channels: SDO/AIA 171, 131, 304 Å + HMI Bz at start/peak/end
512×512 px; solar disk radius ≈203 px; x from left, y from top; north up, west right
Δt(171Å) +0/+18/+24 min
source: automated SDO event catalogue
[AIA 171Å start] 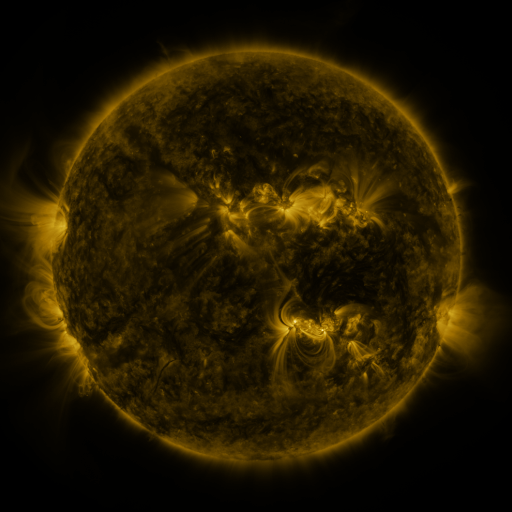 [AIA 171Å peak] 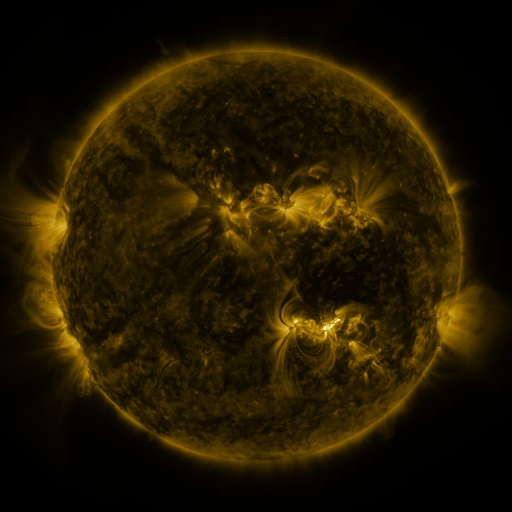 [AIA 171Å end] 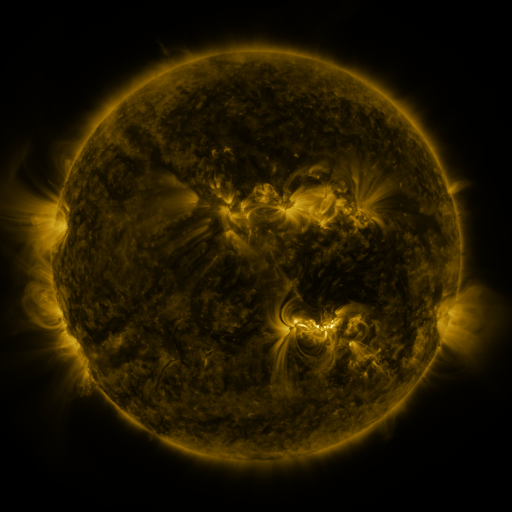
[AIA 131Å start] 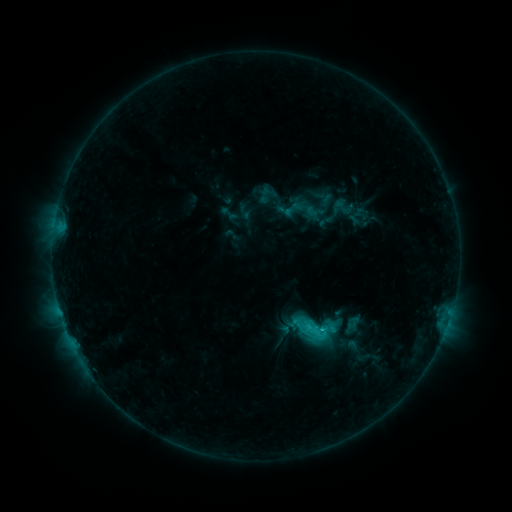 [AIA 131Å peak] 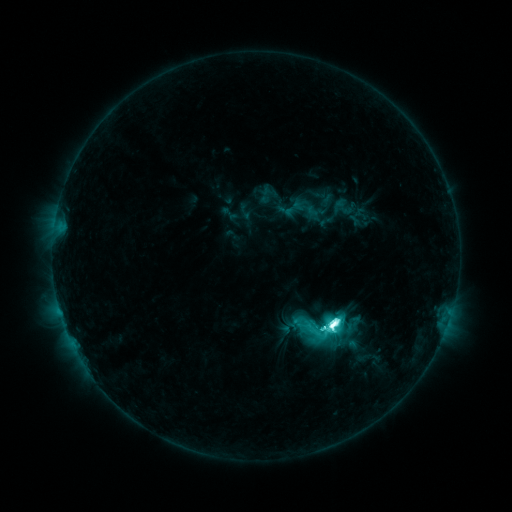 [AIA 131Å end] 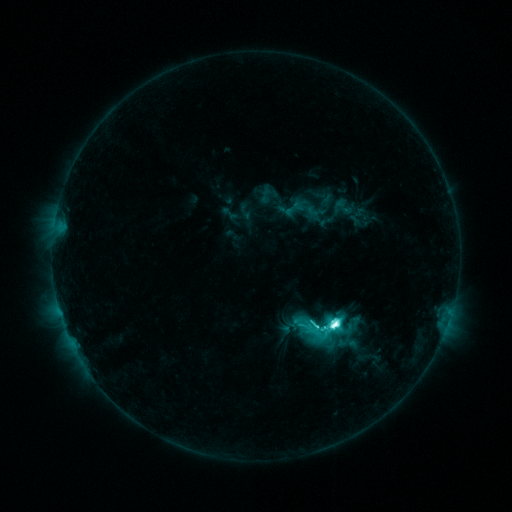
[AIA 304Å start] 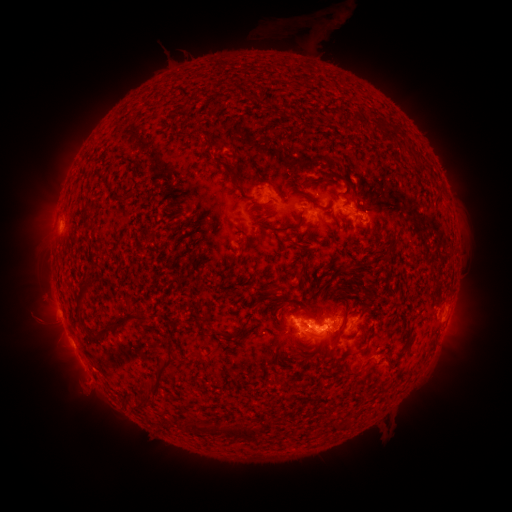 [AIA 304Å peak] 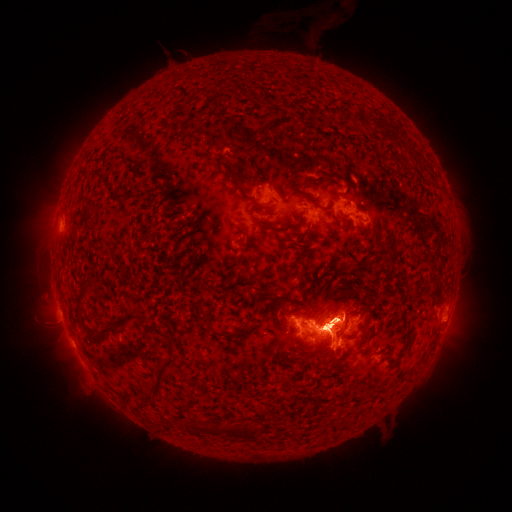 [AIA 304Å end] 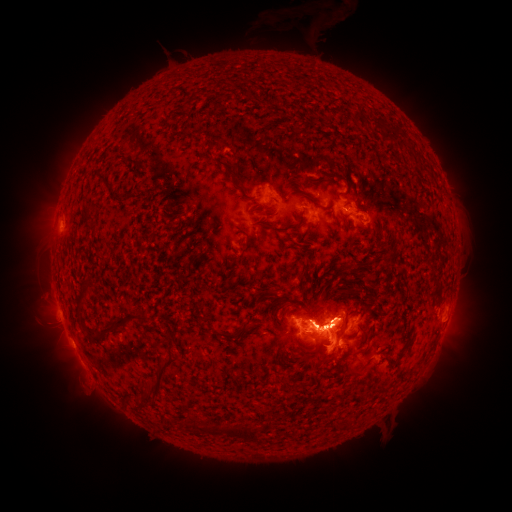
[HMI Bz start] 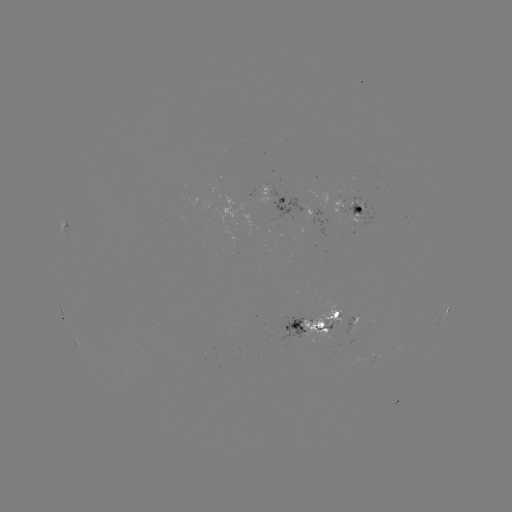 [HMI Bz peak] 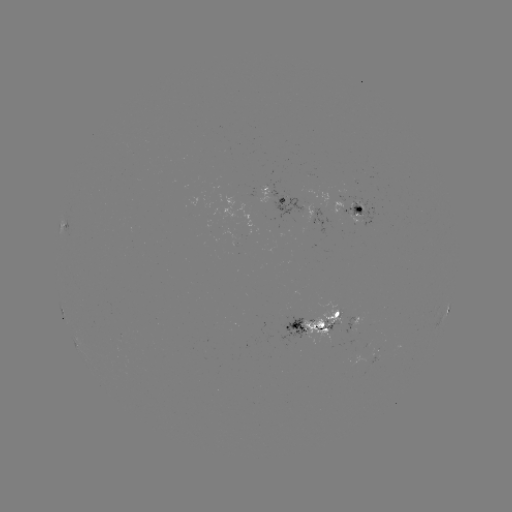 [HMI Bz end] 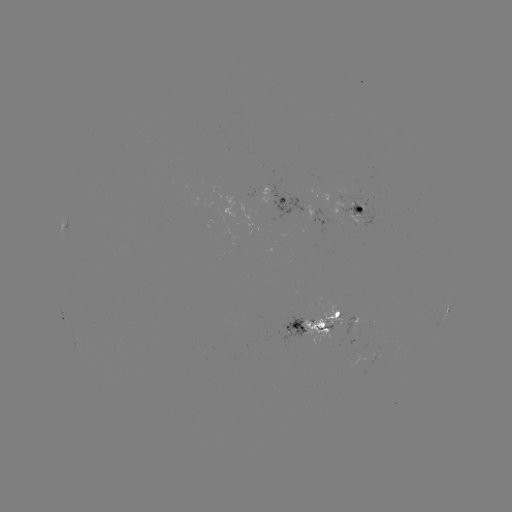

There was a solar flare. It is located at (329, 325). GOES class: M2.3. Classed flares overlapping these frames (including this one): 1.